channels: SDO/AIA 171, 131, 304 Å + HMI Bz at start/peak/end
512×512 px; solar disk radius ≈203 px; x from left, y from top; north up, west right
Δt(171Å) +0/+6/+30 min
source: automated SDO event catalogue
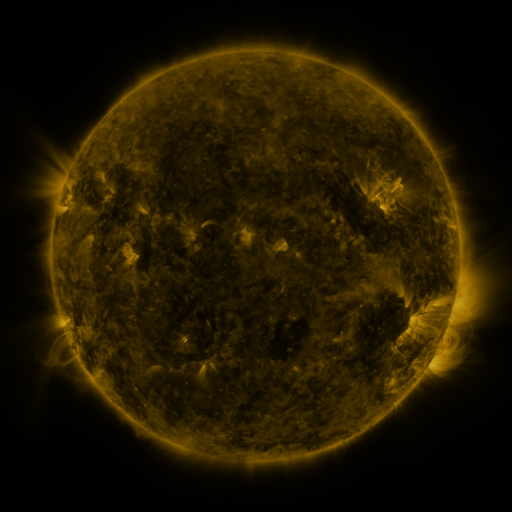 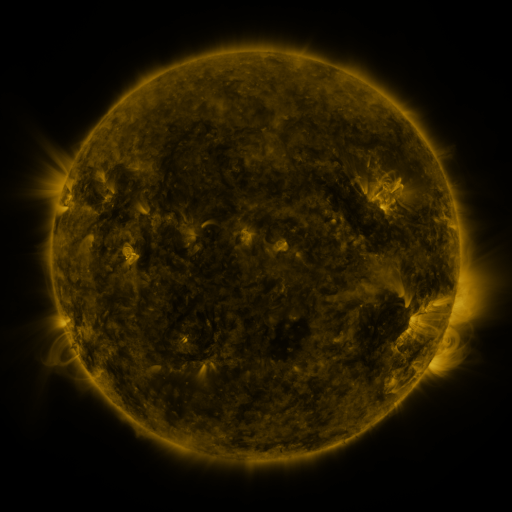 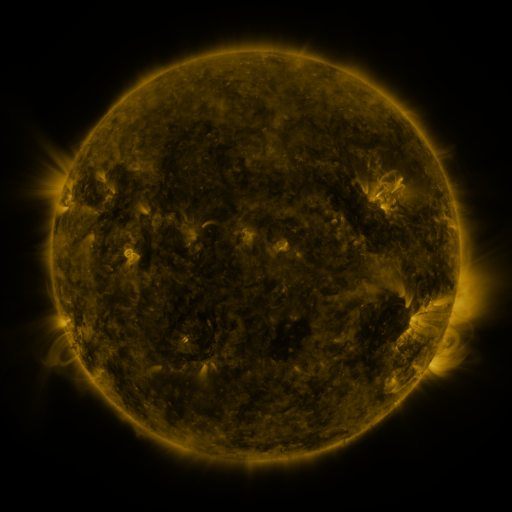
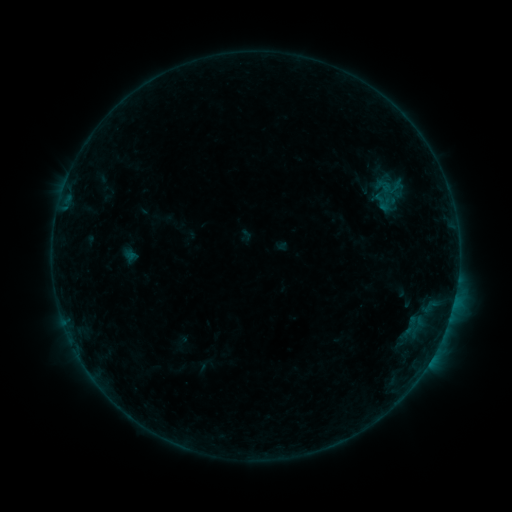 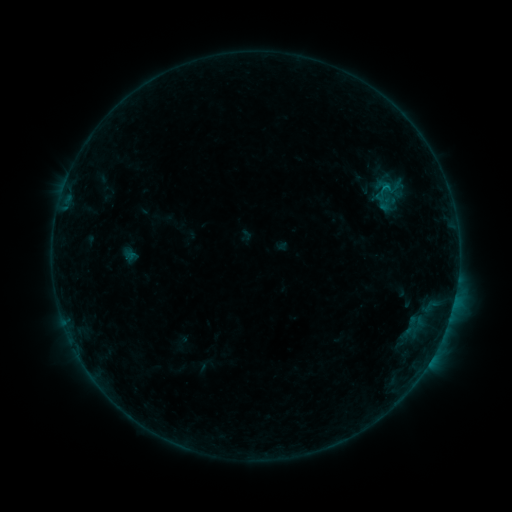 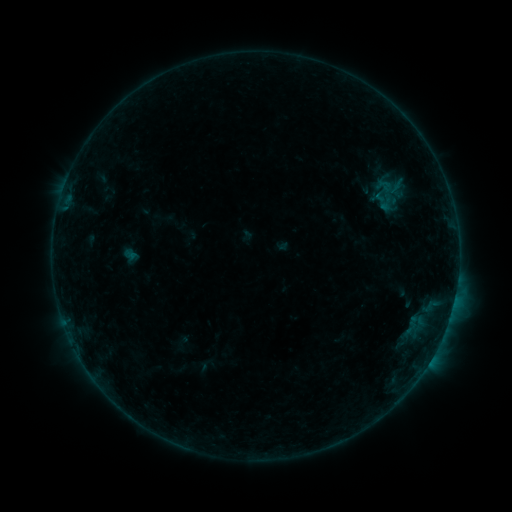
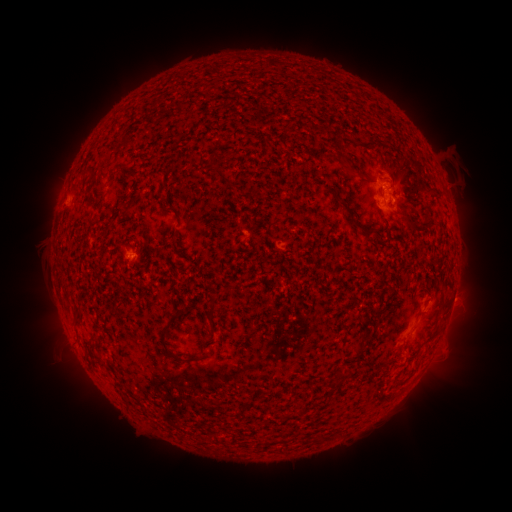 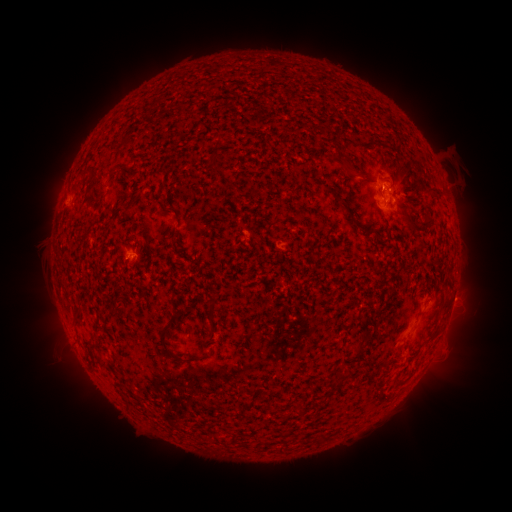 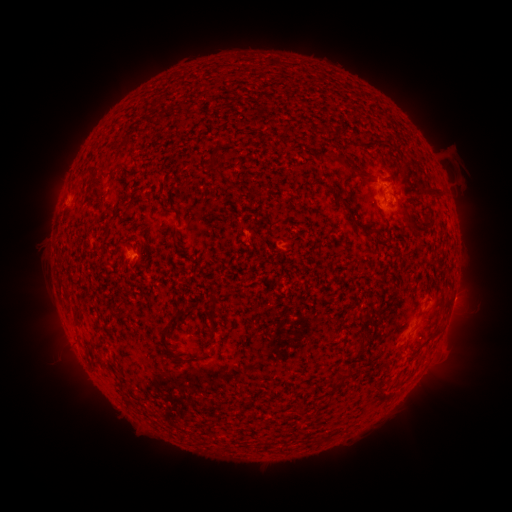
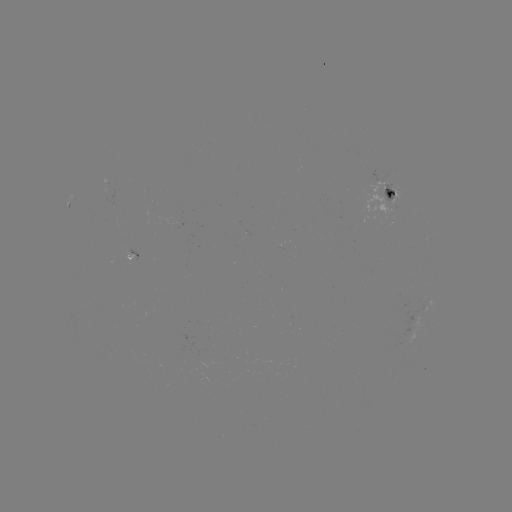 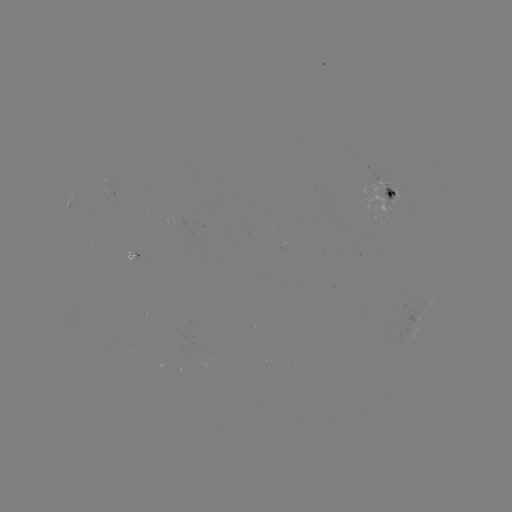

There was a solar flare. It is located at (382, 189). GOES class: B3.8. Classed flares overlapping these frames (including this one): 1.